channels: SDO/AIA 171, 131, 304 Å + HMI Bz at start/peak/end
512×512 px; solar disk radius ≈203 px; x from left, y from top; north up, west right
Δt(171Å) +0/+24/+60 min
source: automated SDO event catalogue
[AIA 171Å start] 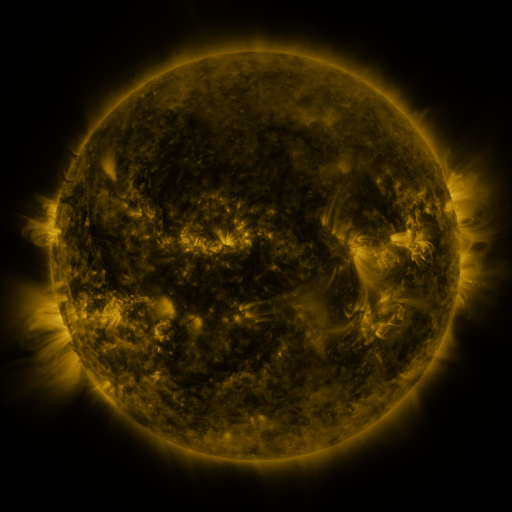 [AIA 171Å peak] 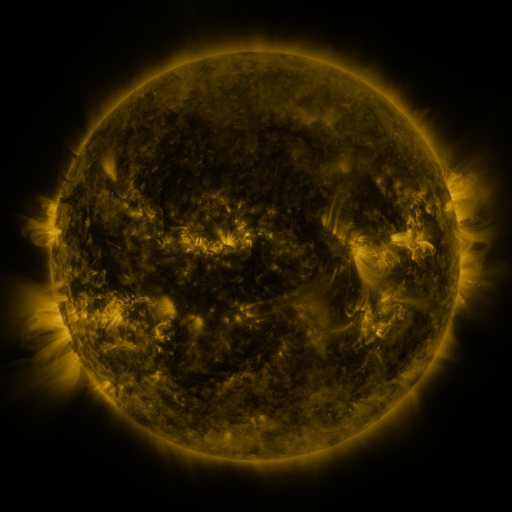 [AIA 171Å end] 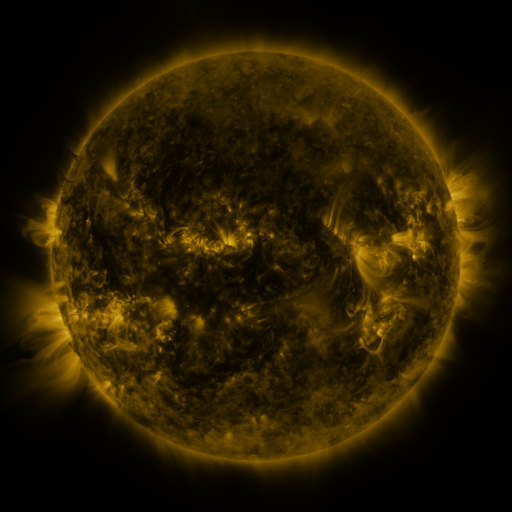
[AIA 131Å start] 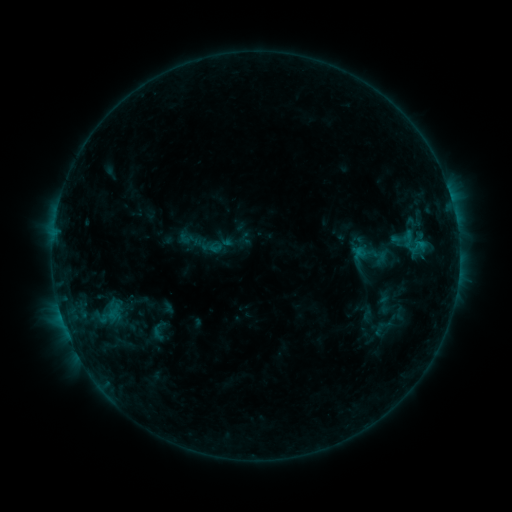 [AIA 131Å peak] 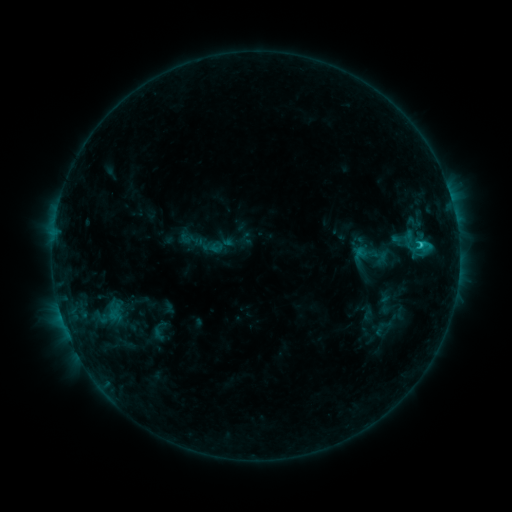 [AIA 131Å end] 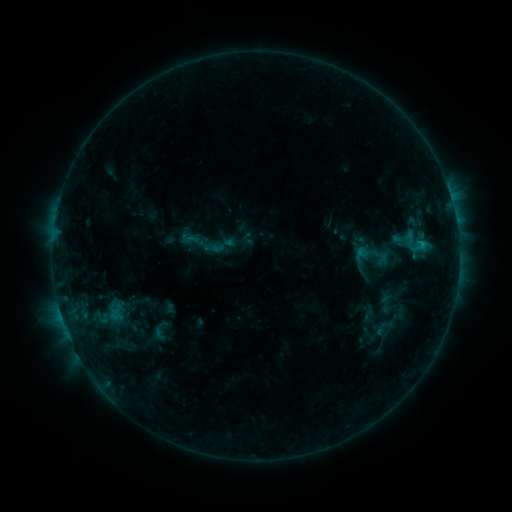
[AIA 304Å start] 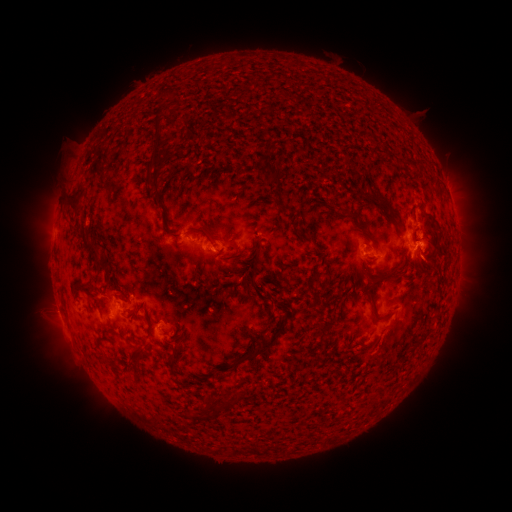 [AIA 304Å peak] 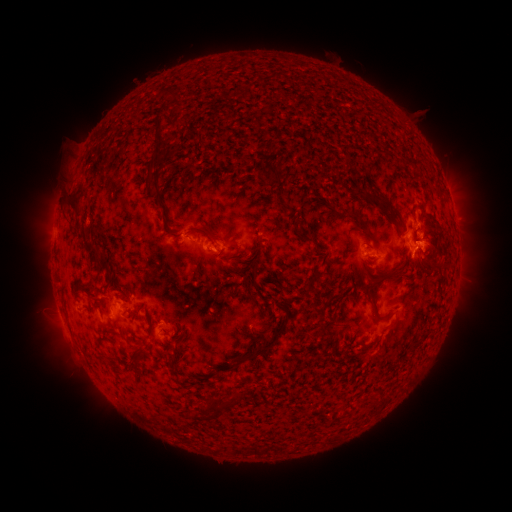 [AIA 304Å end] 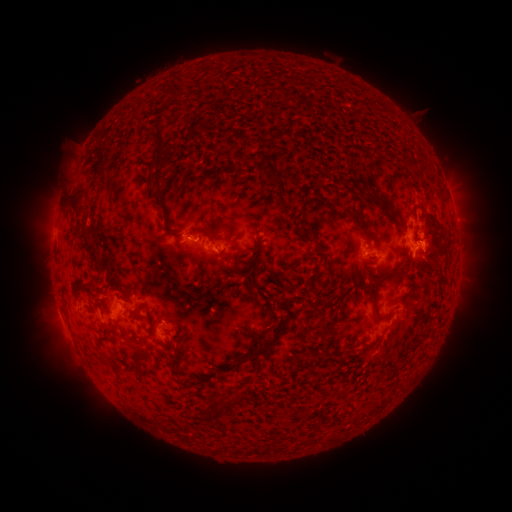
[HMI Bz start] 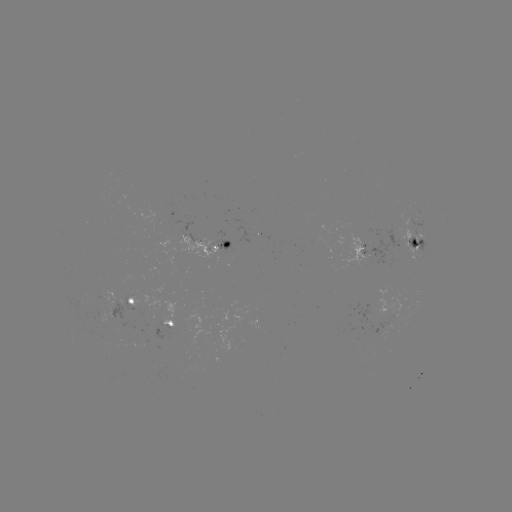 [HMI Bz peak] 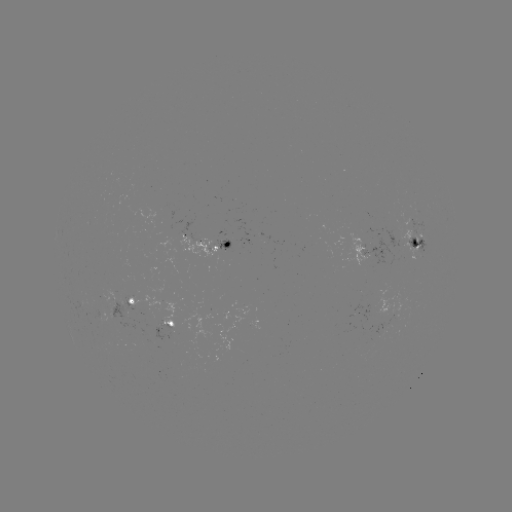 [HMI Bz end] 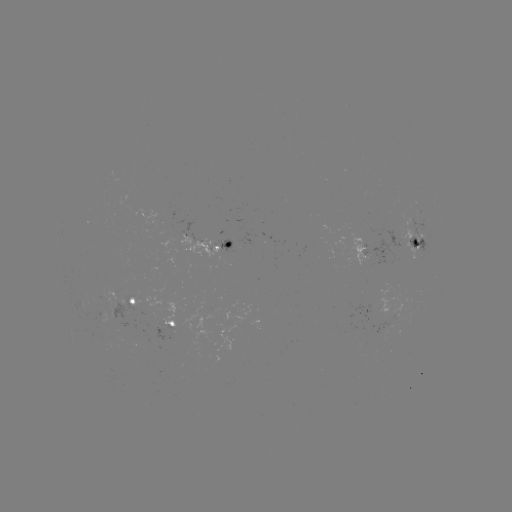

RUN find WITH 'C1.5 flare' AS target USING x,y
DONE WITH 419,245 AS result